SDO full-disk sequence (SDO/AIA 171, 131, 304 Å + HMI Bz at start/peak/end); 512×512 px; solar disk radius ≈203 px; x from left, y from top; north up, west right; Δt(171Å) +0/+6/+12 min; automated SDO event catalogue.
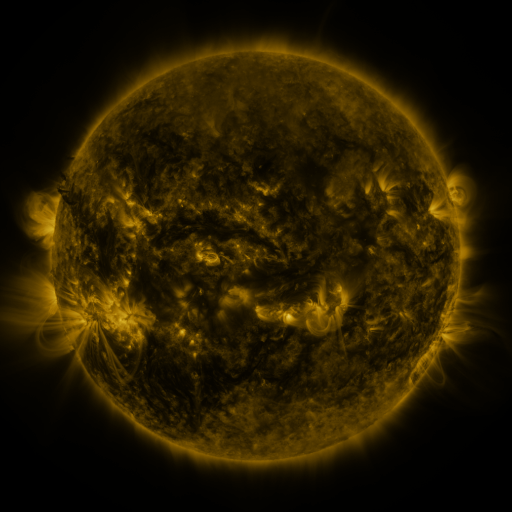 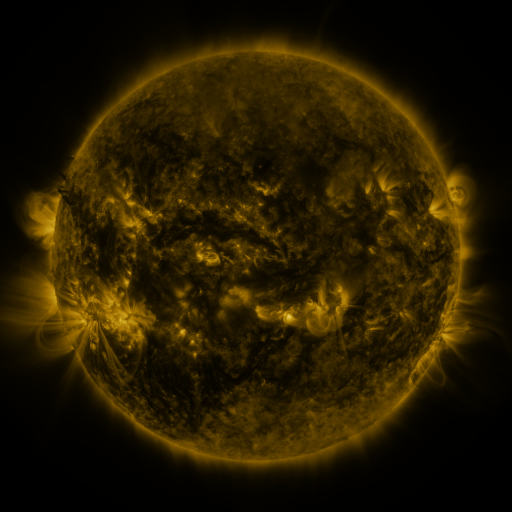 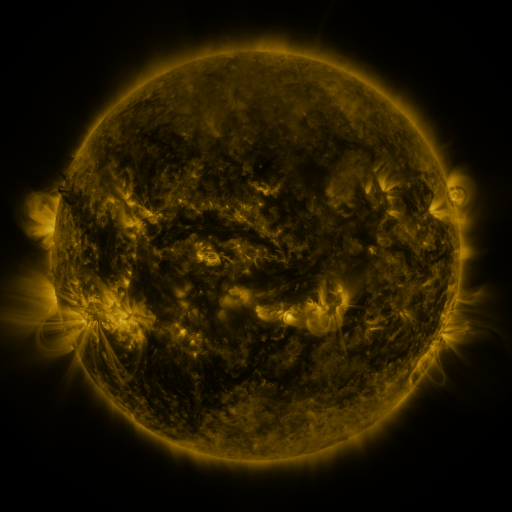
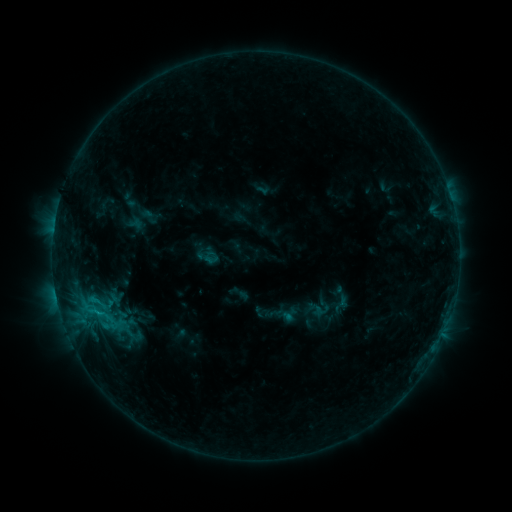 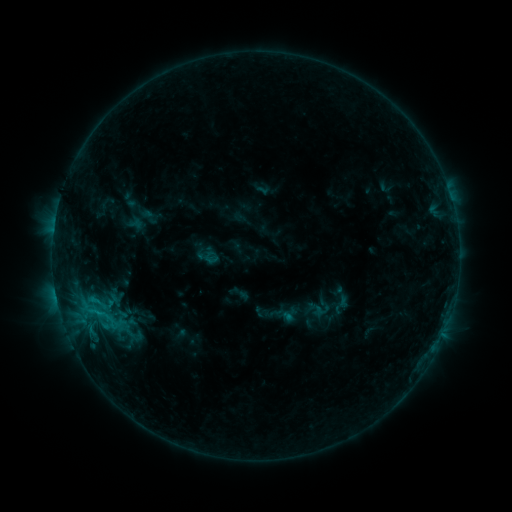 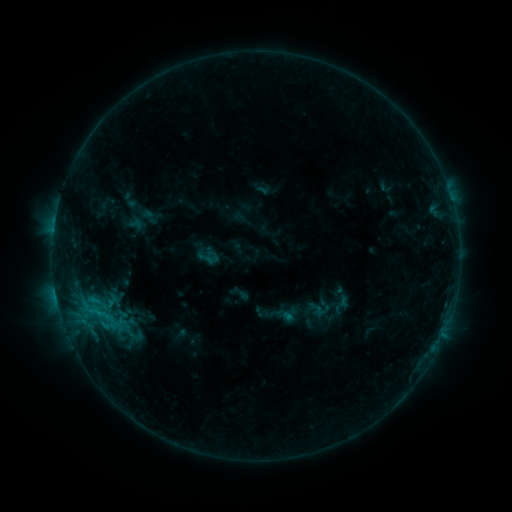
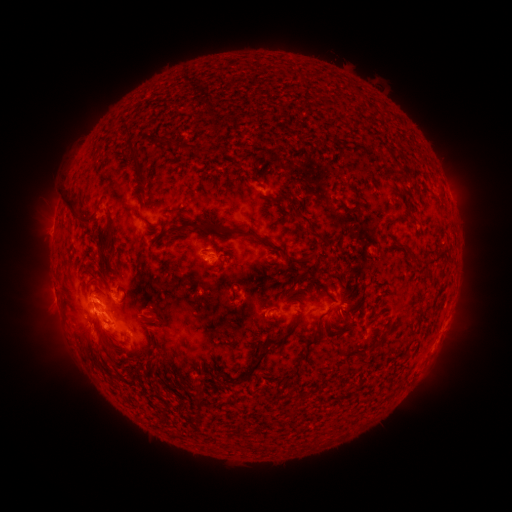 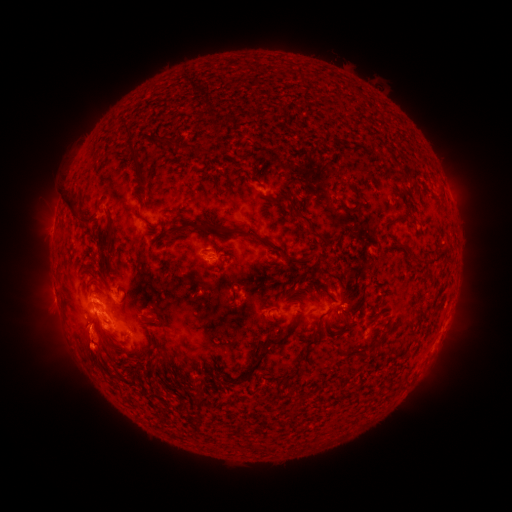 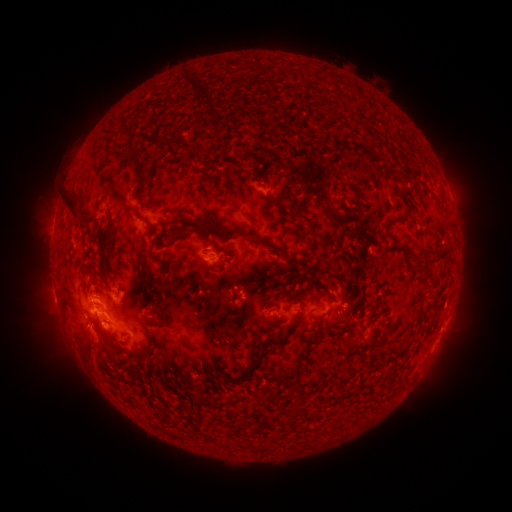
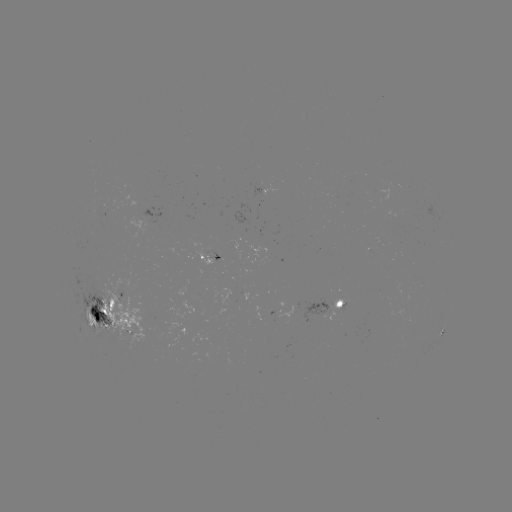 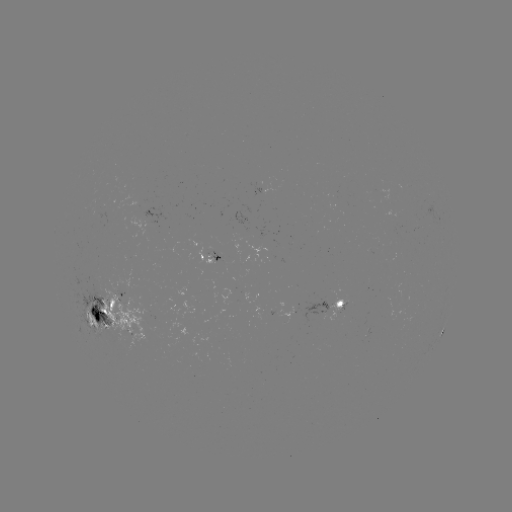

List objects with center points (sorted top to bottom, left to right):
eruption: (92, 359)
